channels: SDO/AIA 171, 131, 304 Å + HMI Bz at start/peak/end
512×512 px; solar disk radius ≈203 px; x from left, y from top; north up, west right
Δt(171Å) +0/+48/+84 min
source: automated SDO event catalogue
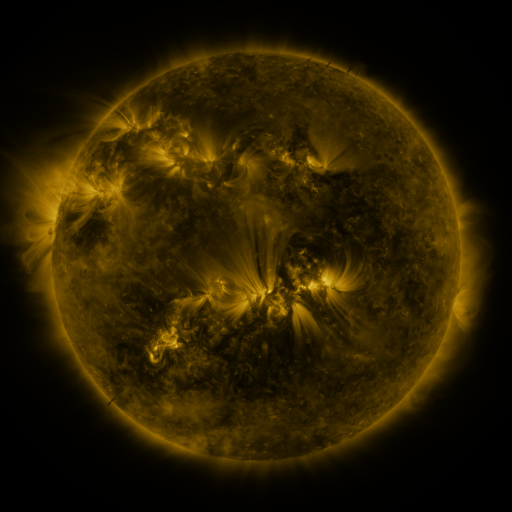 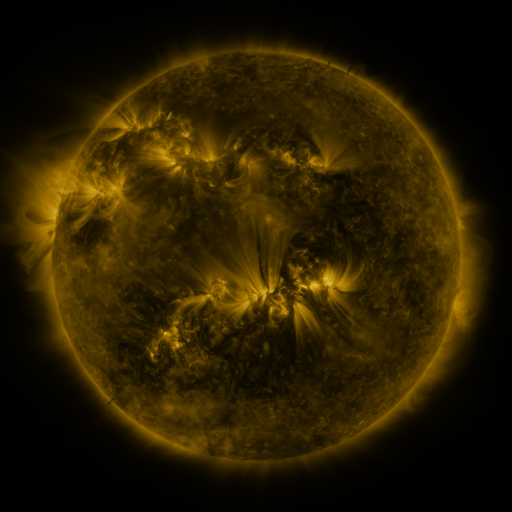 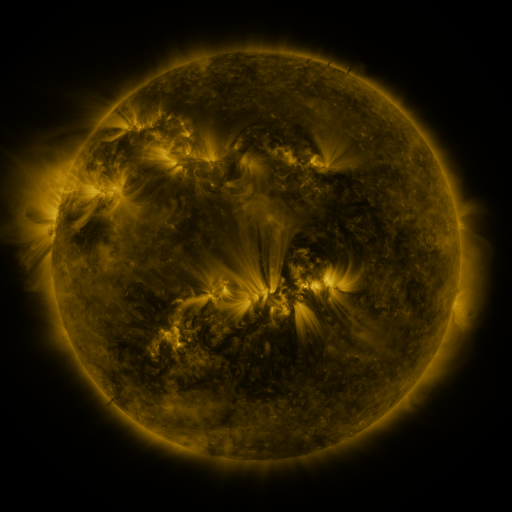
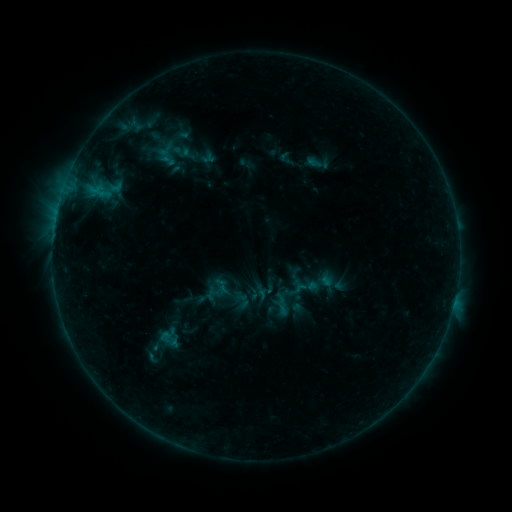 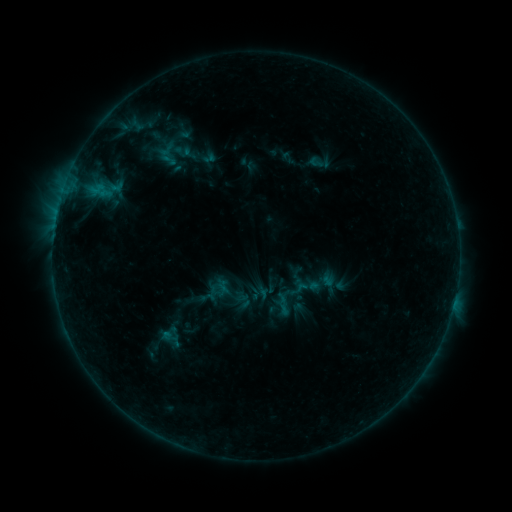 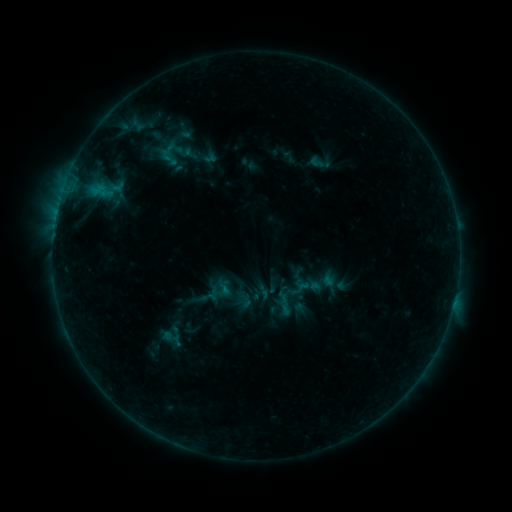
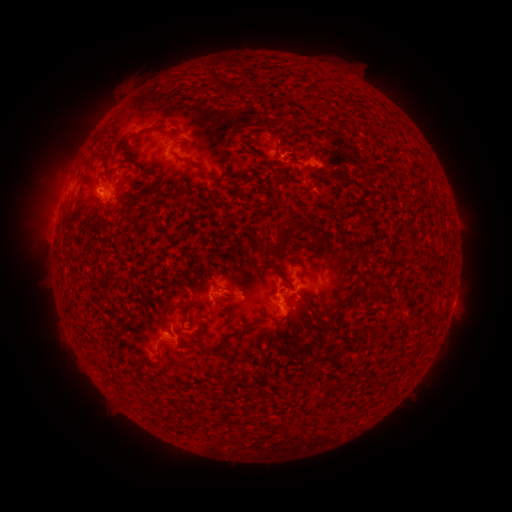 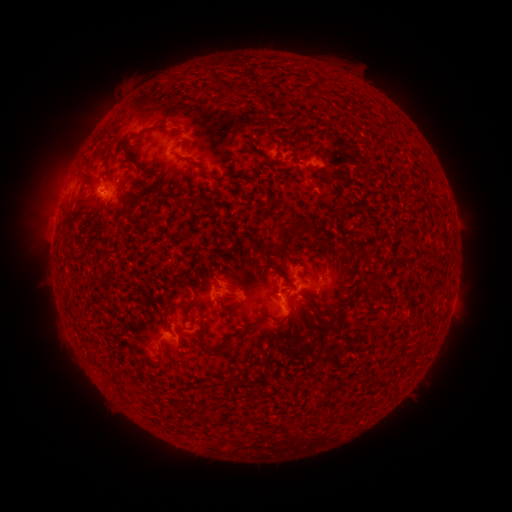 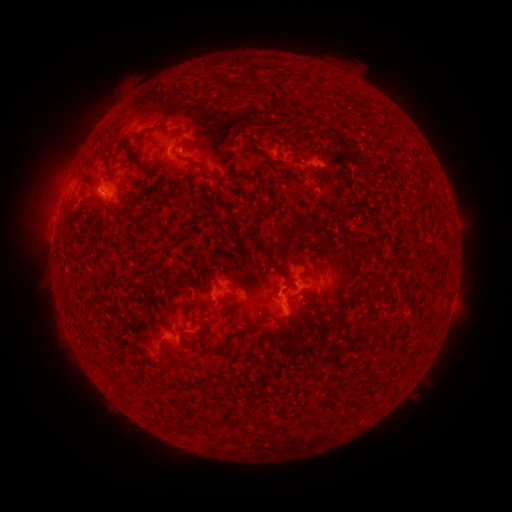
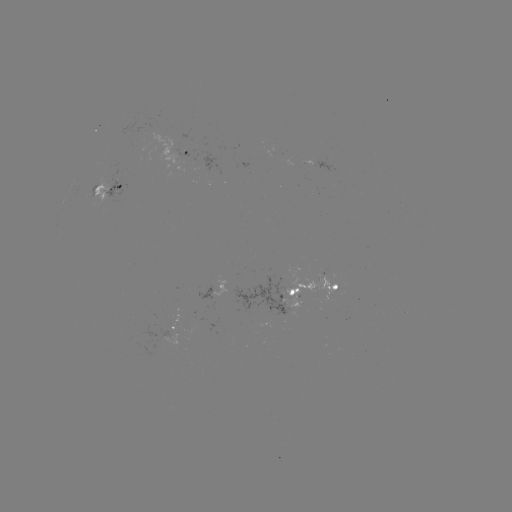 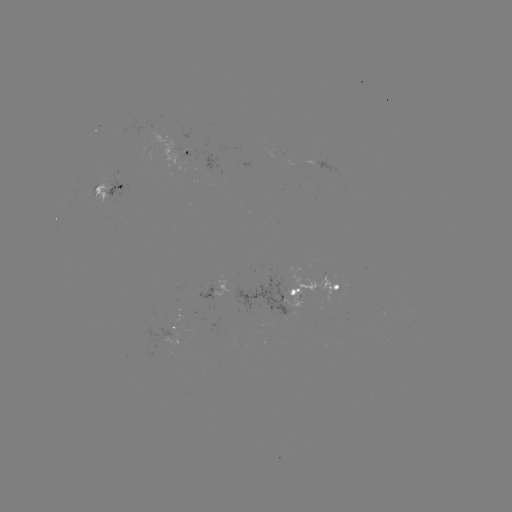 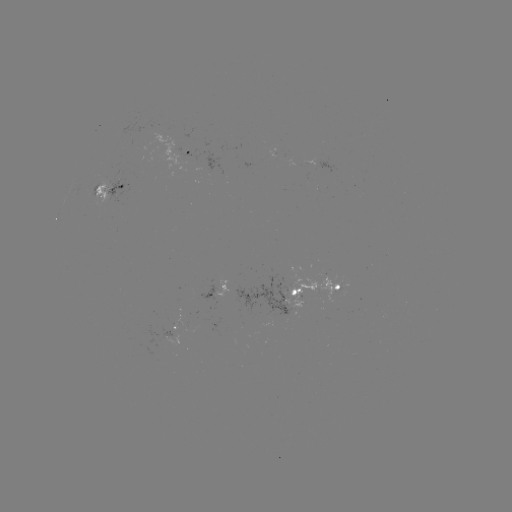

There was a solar emerging-flux region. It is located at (174, 322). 